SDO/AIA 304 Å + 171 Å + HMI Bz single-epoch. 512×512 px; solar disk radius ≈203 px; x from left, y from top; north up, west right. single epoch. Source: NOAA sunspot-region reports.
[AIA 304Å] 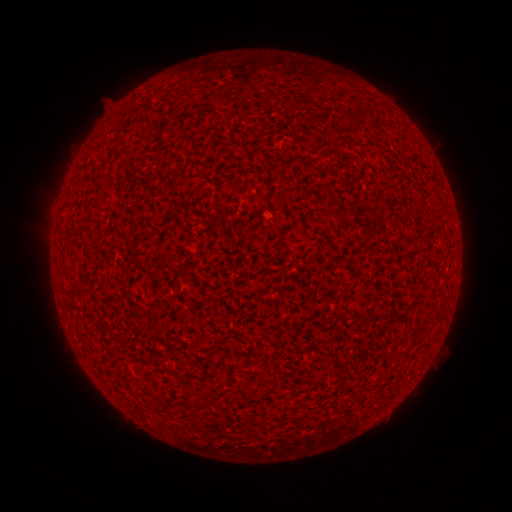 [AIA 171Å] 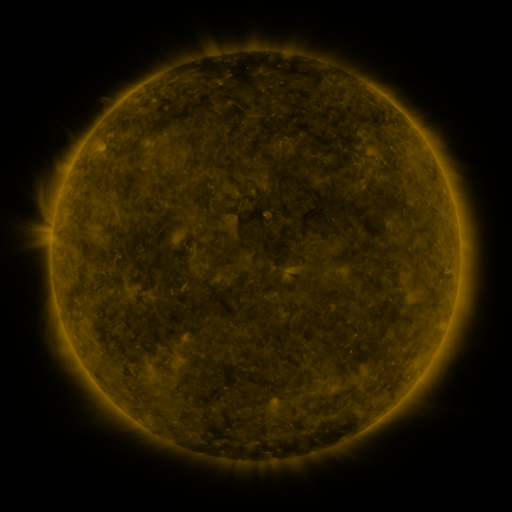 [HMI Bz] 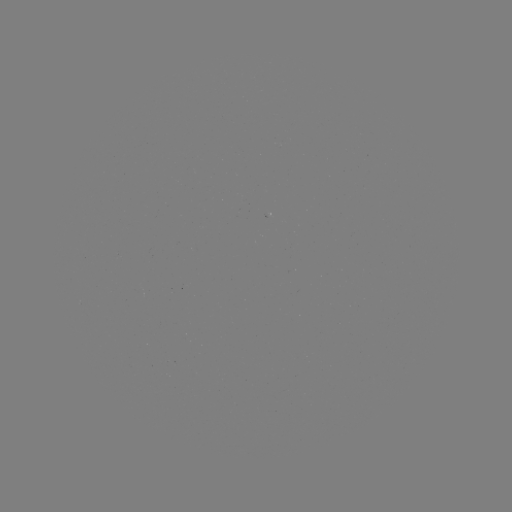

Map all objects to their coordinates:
(none)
